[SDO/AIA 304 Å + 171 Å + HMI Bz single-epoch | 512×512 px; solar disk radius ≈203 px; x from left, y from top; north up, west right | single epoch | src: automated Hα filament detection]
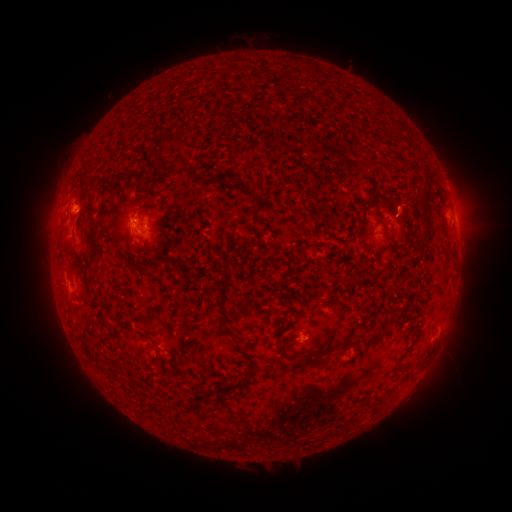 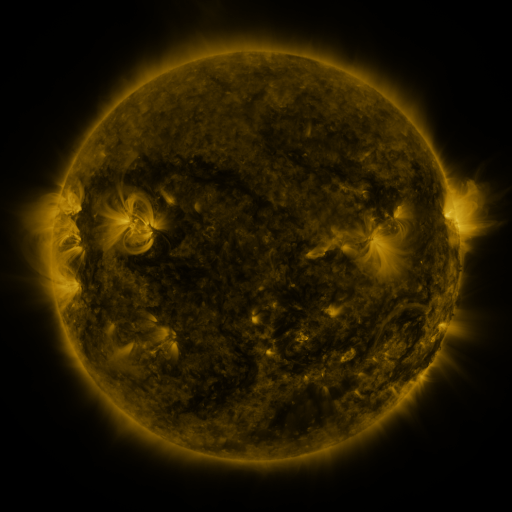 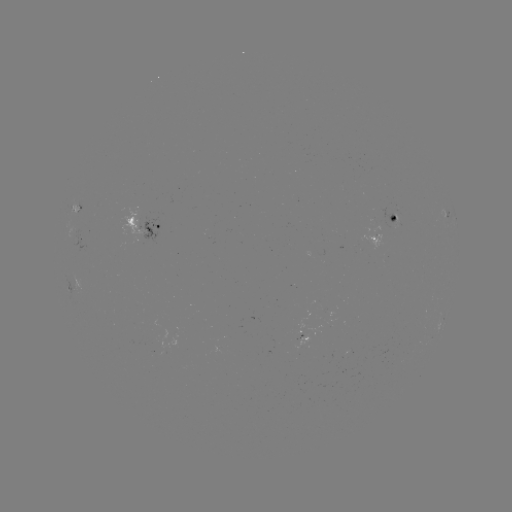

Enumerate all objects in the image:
filament: (182, 162)
filament: (89, 206)
filament: (377, 209)
filament: (251, 212)
filament: (425, 224)
filament: (410, 242)
filament: (95, 253)
filament: (149, 267)
filament: (224, 303)
filament: (238, 343)
filament: (320, 359)
filament: (251, 375)
filament: (233, 388)
